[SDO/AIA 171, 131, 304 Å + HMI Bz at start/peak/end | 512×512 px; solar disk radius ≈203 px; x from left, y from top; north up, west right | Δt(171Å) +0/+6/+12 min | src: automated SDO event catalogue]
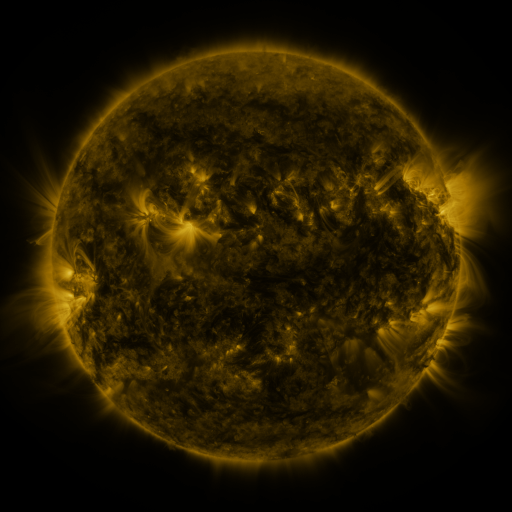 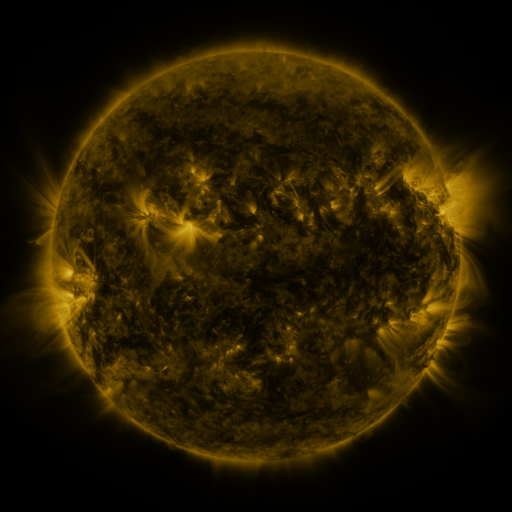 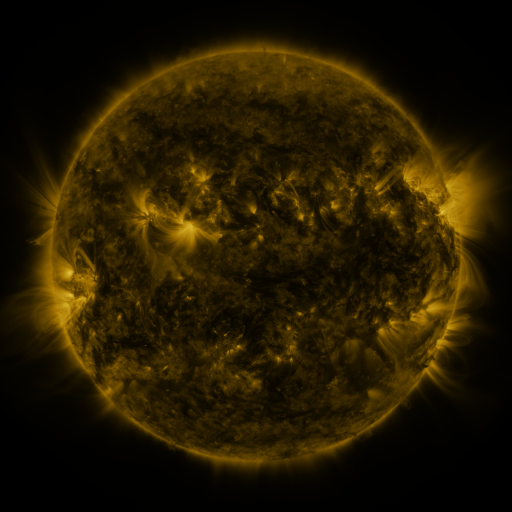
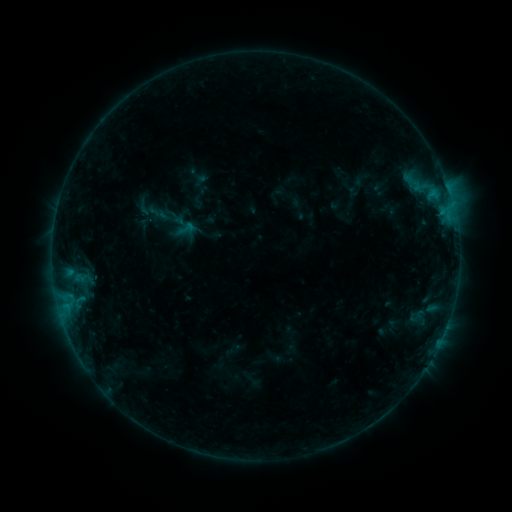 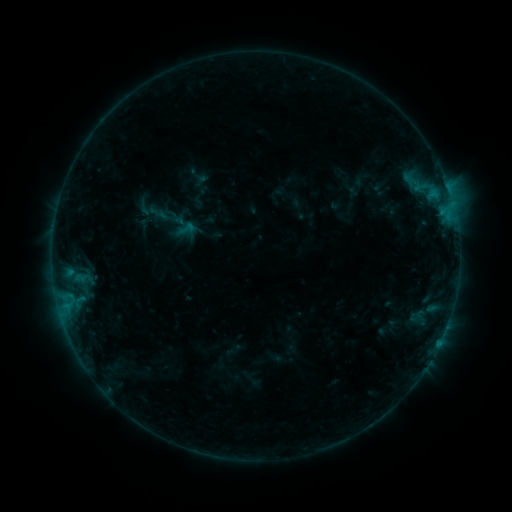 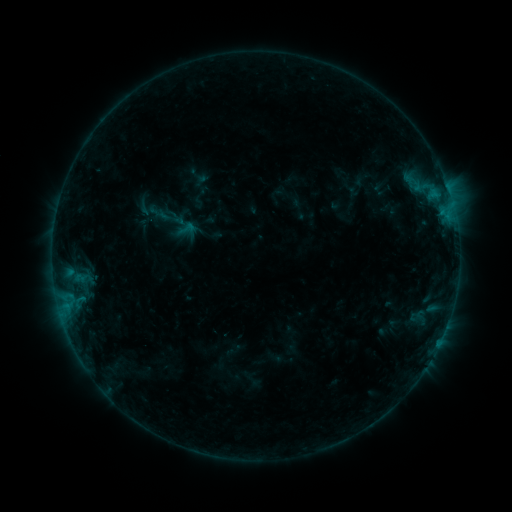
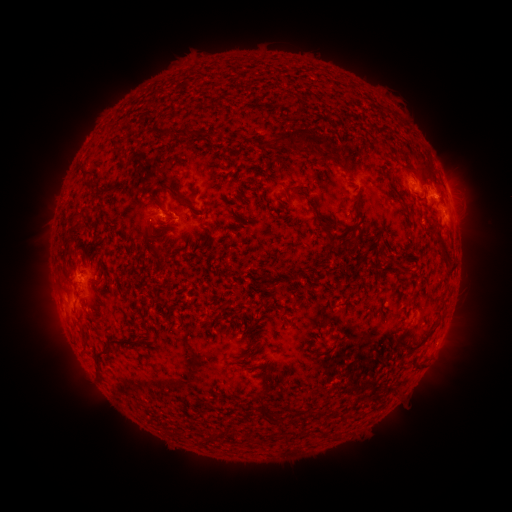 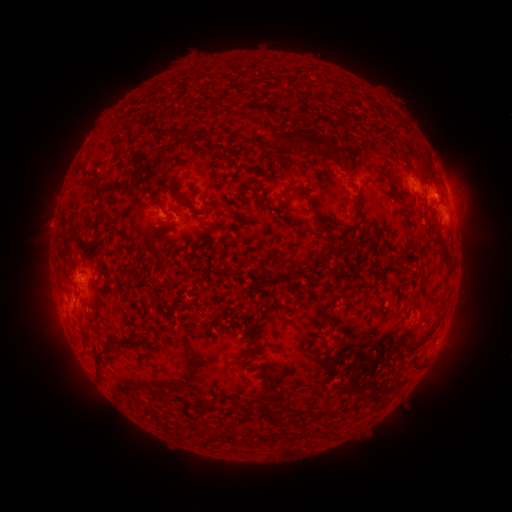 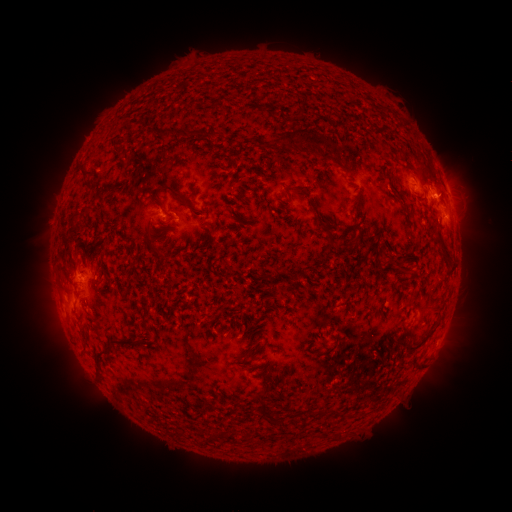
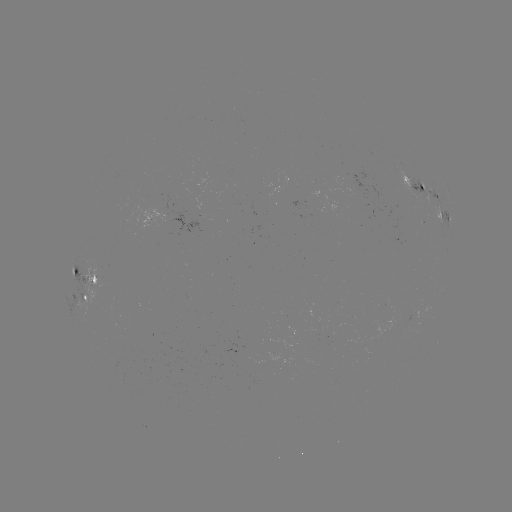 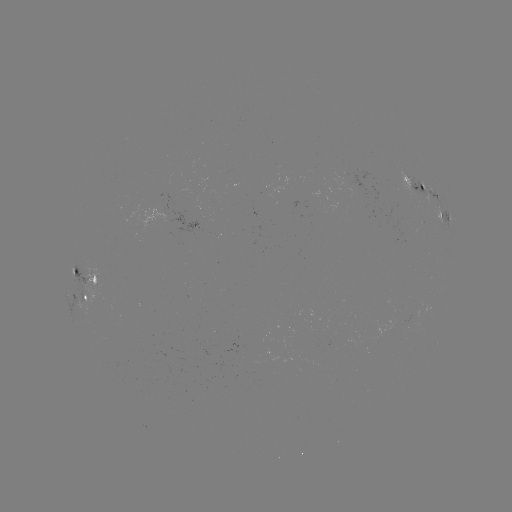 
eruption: <bbox>24, 204, 73, 252</bbox>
